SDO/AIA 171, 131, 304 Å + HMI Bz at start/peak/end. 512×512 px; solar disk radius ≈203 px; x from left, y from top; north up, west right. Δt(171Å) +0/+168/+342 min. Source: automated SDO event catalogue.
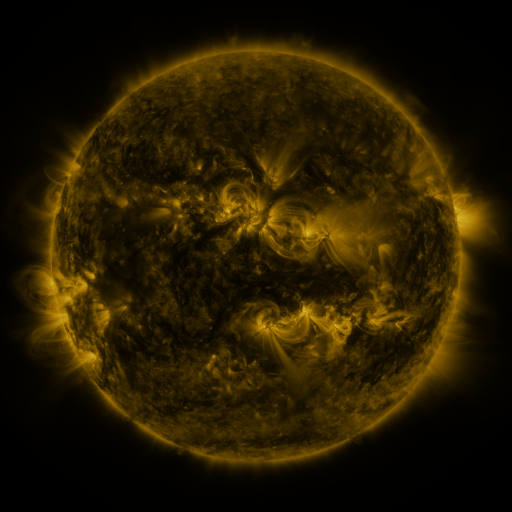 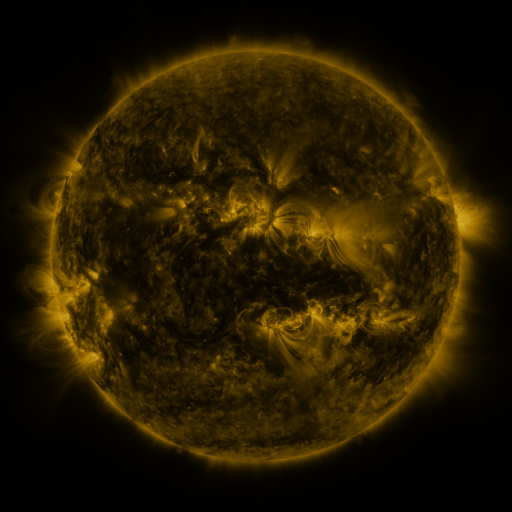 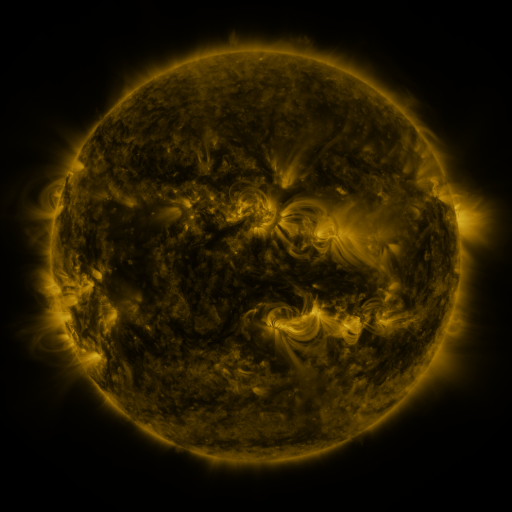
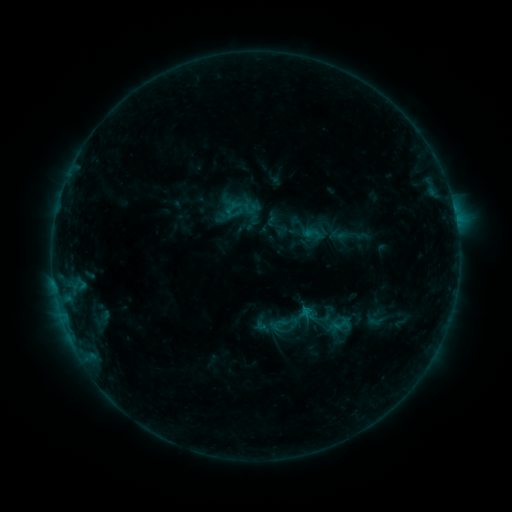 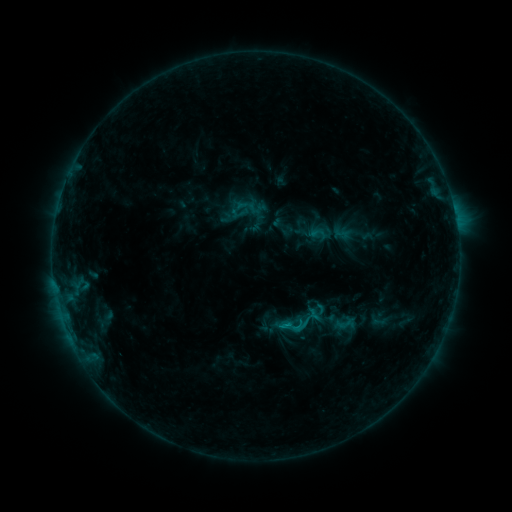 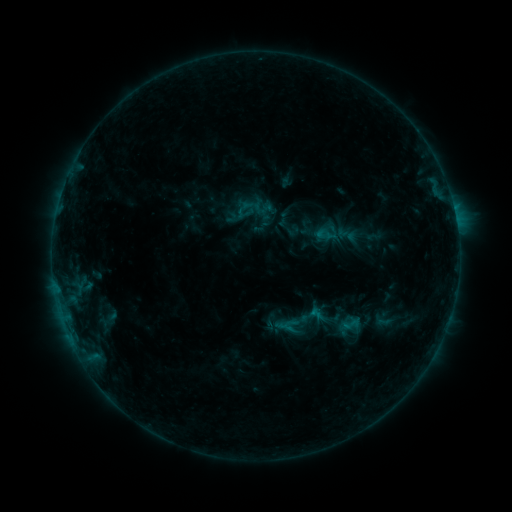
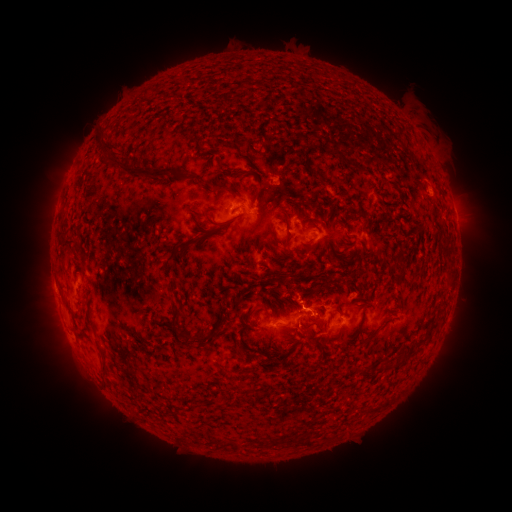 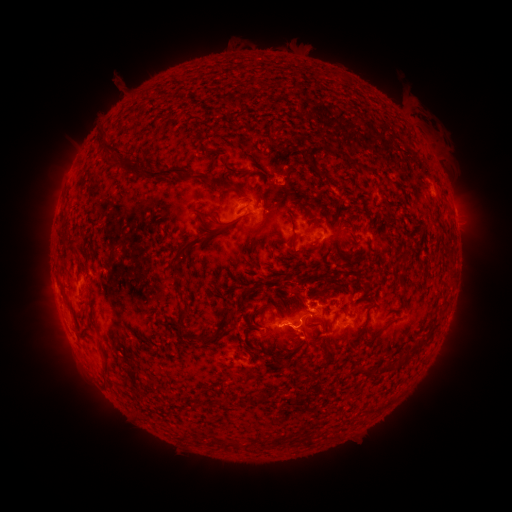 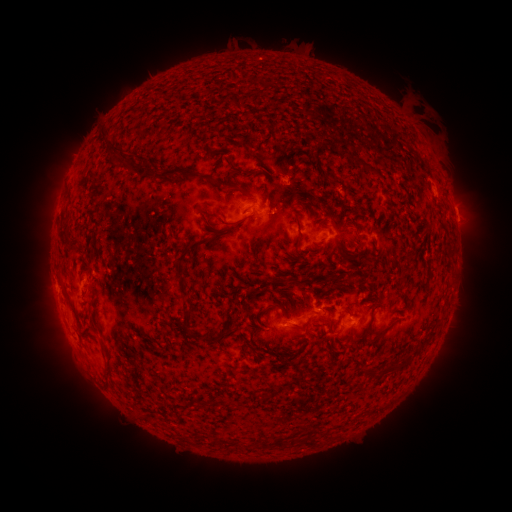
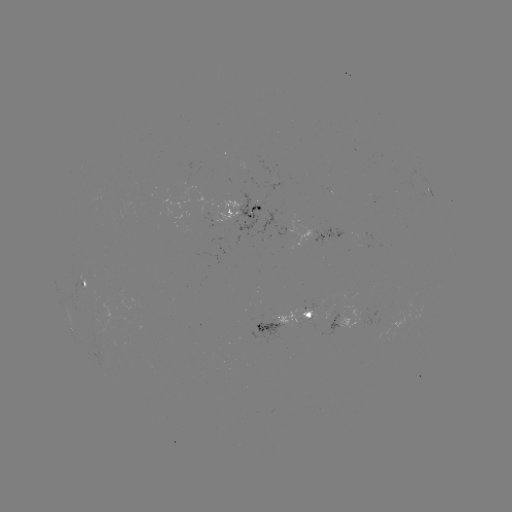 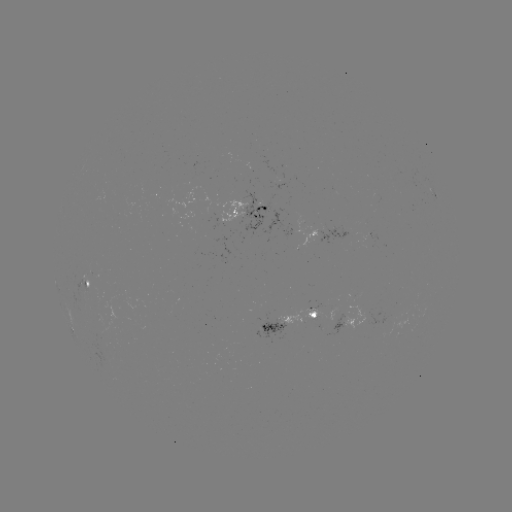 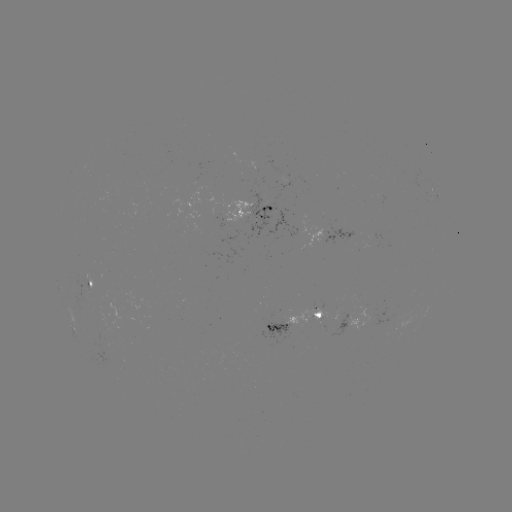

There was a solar filament eruption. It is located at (126, 56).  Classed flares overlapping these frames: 2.